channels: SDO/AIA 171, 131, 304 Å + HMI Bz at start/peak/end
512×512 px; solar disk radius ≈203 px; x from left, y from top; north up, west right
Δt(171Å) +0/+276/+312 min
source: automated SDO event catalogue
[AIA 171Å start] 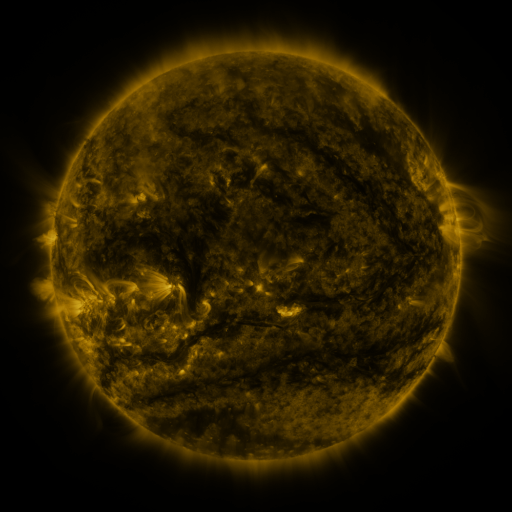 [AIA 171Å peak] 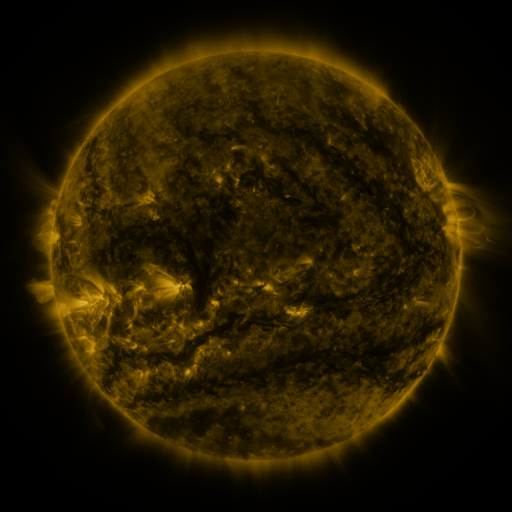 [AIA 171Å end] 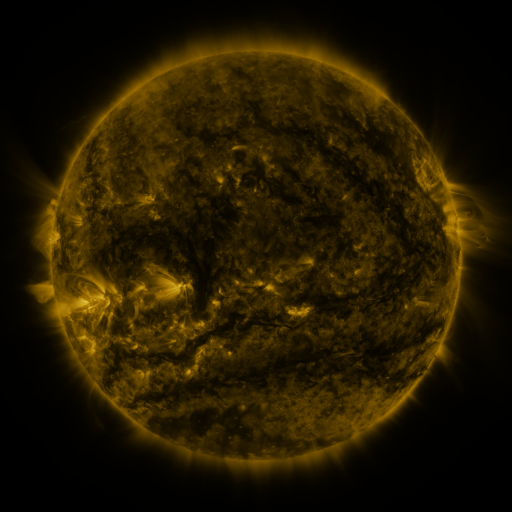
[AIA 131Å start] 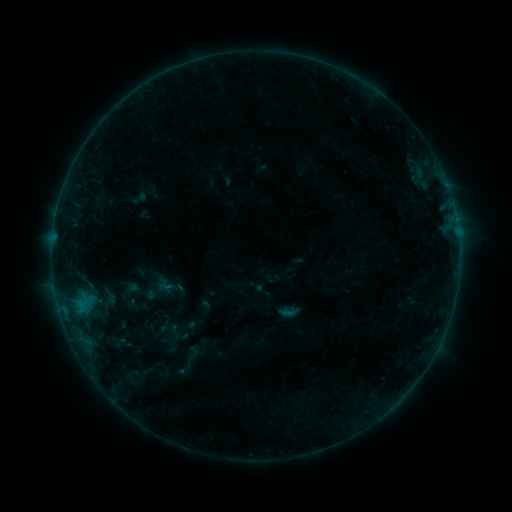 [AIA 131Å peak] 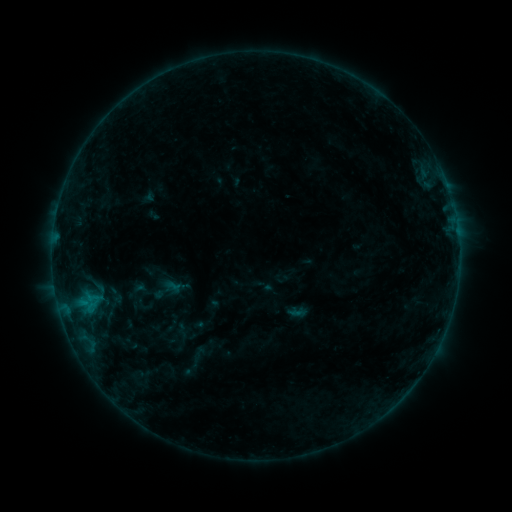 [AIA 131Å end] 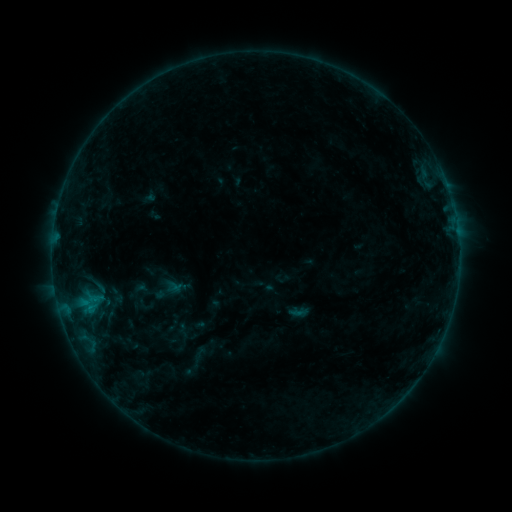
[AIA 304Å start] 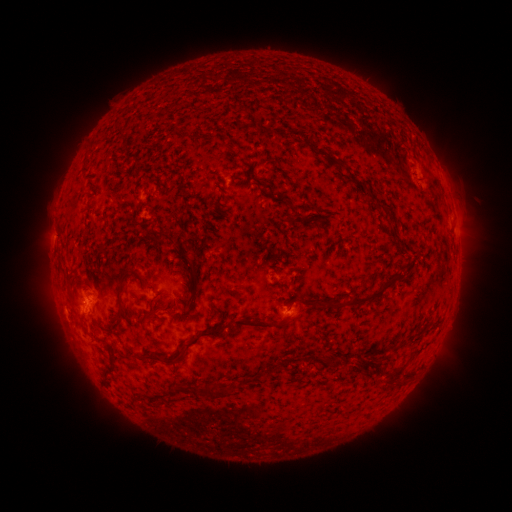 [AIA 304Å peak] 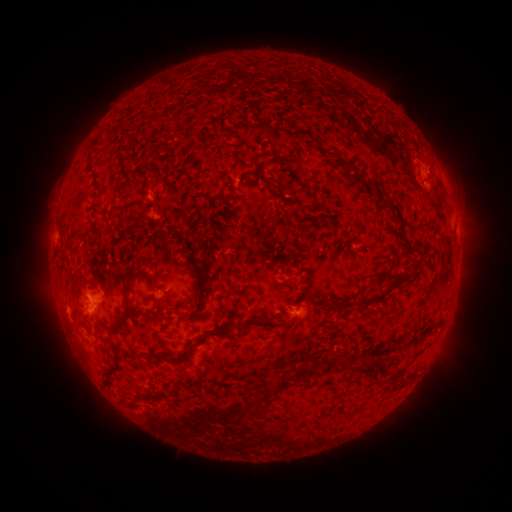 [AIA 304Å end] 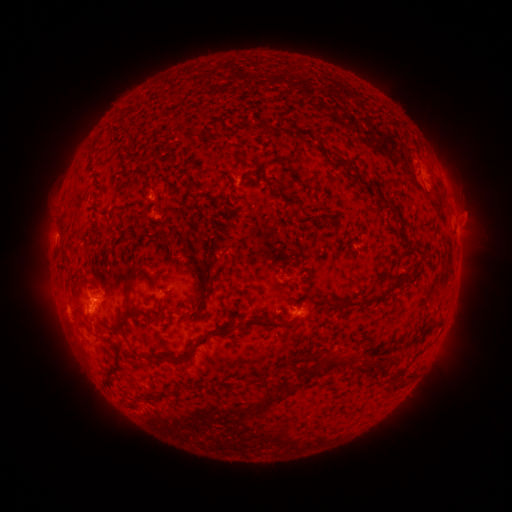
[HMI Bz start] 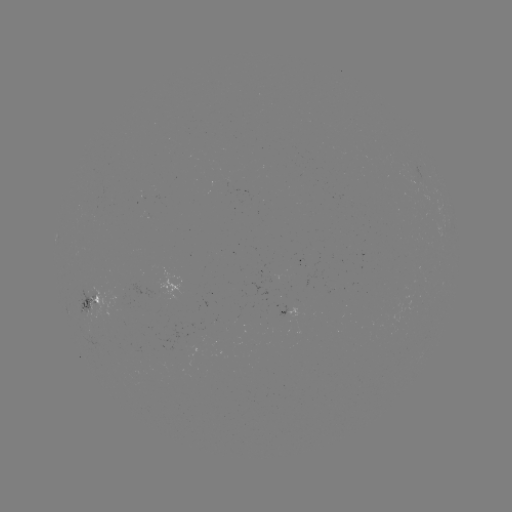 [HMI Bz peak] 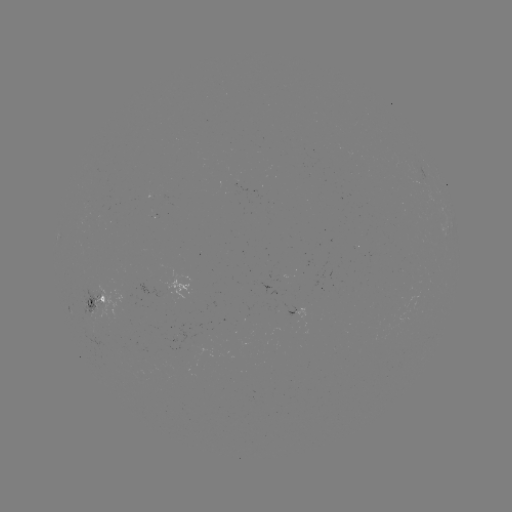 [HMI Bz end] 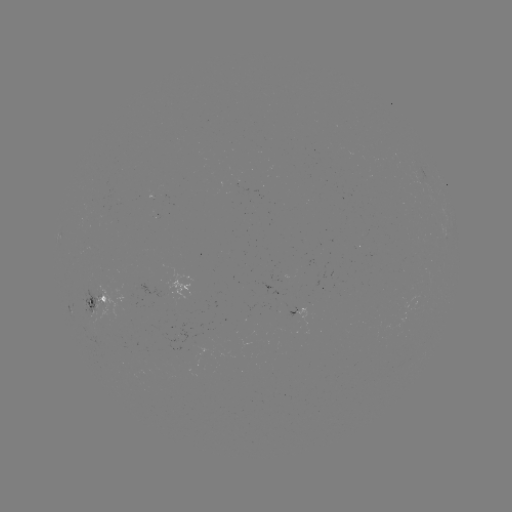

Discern emerging-flux region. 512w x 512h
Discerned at [93, 305].